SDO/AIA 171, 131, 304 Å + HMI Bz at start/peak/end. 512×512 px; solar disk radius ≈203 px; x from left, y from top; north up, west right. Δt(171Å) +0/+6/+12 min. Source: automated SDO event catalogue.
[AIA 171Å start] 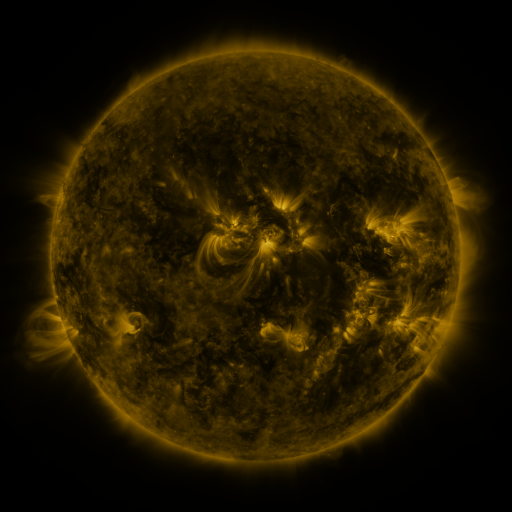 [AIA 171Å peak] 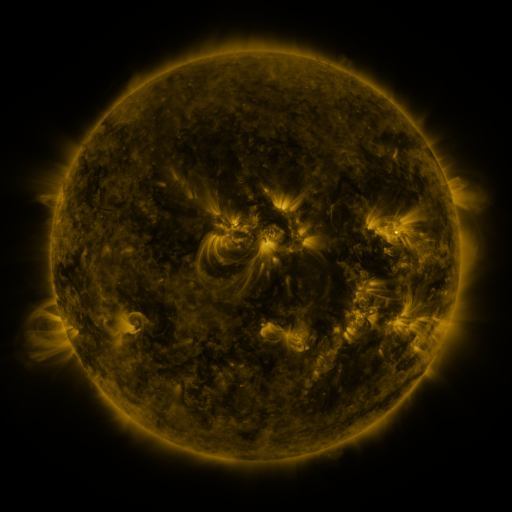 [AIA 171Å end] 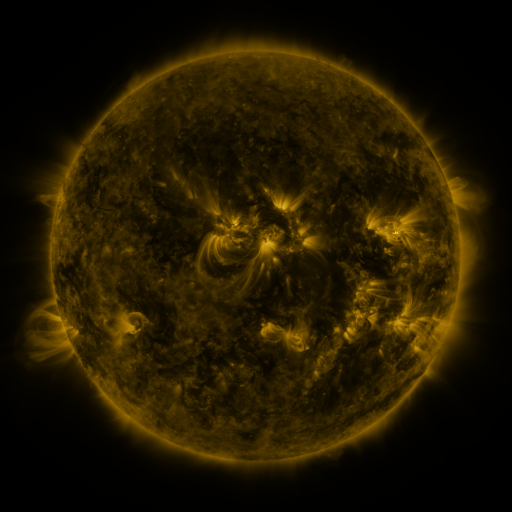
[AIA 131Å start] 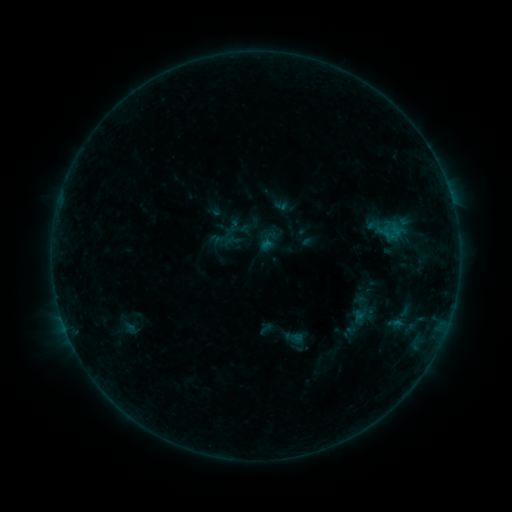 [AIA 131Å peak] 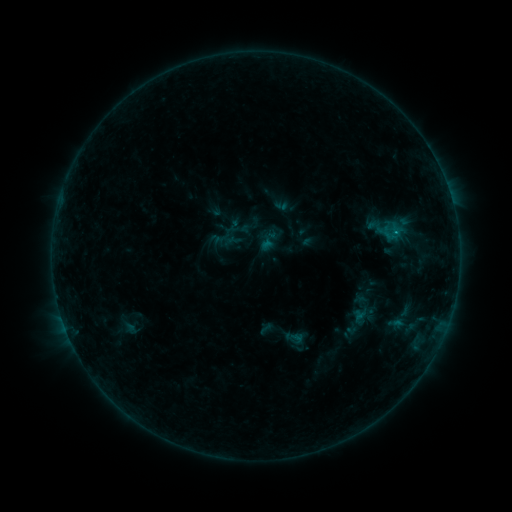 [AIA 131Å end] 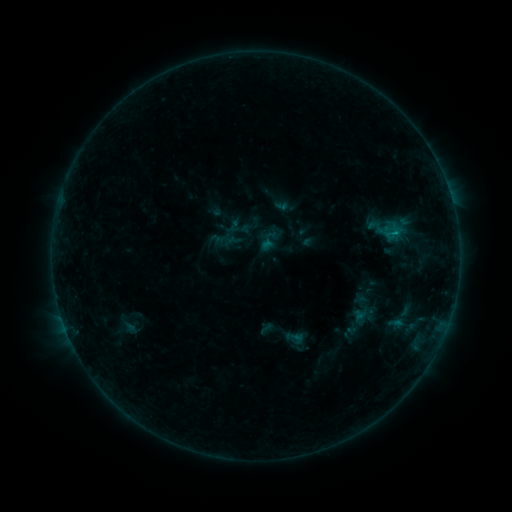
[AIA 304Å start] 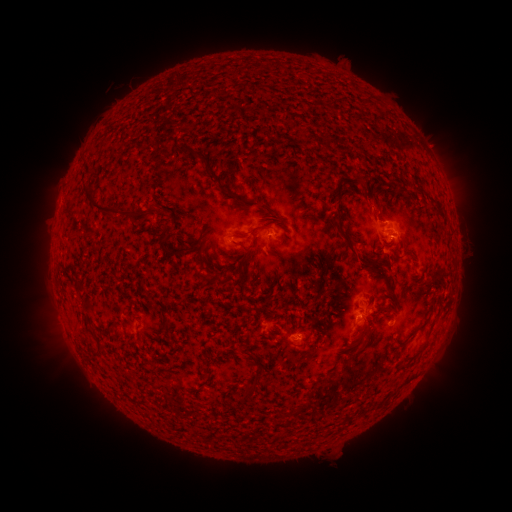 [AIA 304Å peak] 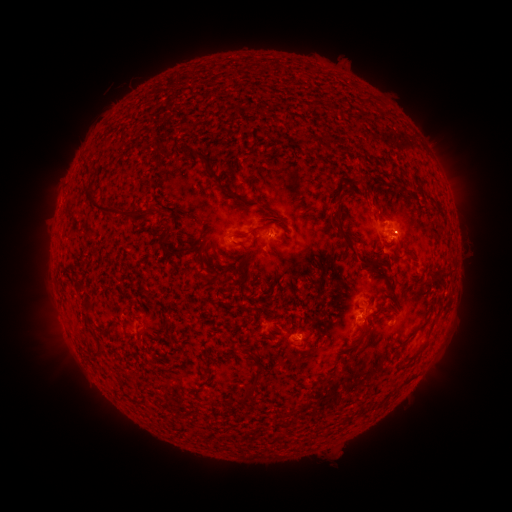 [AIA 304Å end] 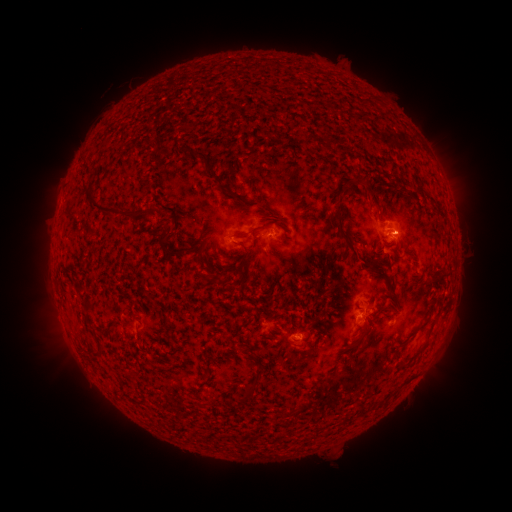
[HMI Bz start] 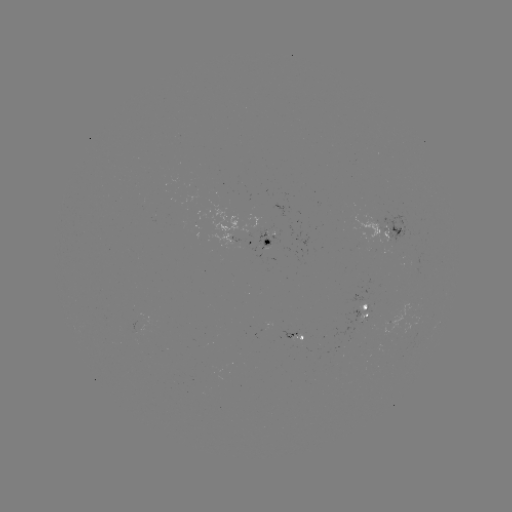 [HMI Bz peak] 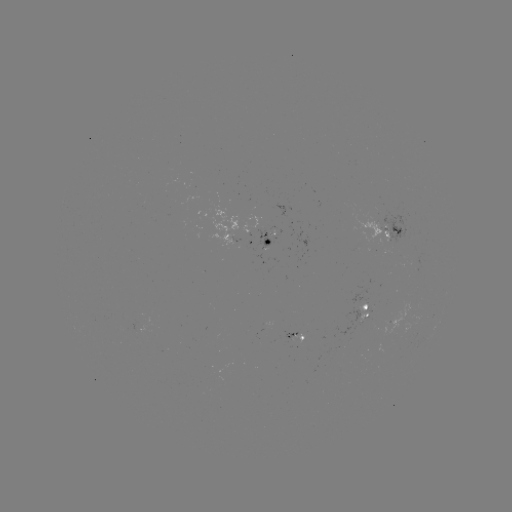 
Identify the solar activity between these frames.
B4.6 flare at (395, 235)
